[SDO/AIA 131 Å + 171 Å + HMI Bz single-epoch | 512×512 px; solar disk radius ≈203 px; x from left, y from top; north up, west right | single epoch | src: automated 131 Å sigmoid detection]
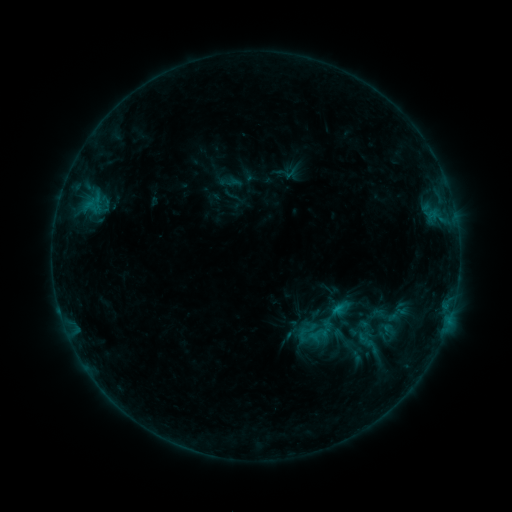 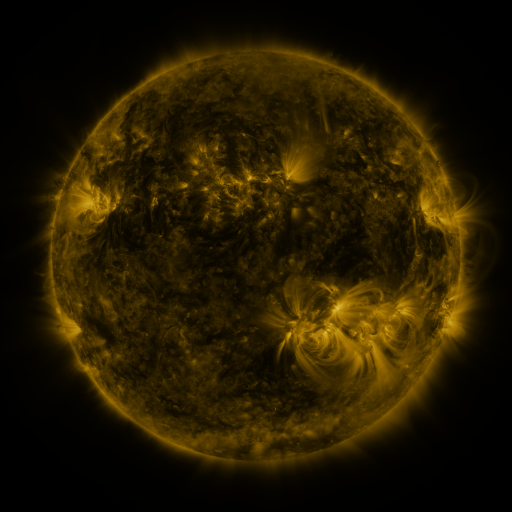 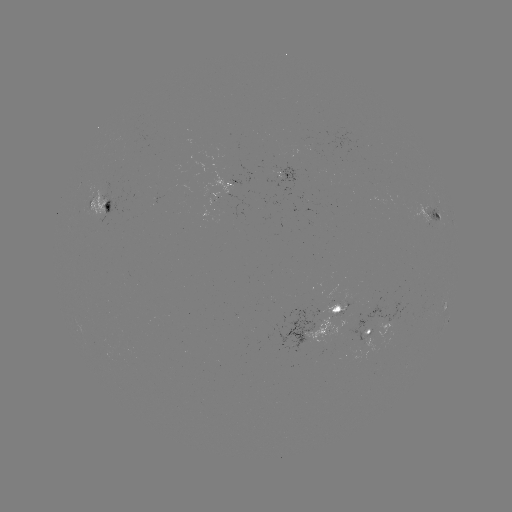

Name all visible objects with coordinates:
sigmoid: [313, 296, 334, 318]
sigmoid: [294, 320, 318, 345]
